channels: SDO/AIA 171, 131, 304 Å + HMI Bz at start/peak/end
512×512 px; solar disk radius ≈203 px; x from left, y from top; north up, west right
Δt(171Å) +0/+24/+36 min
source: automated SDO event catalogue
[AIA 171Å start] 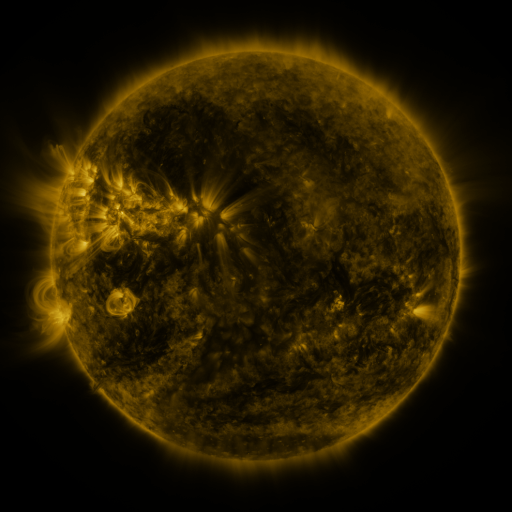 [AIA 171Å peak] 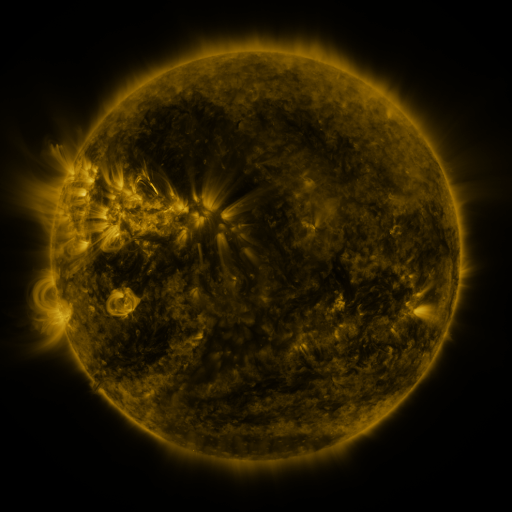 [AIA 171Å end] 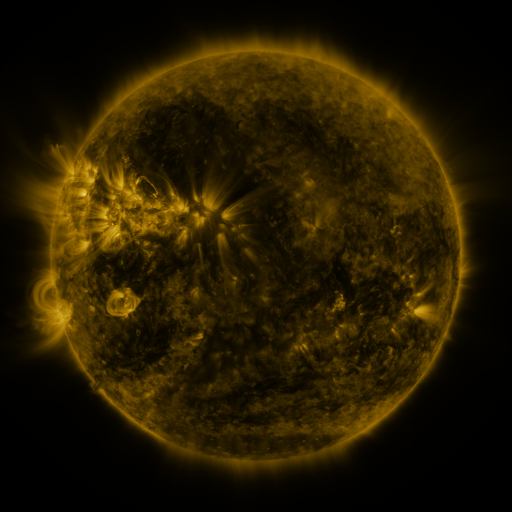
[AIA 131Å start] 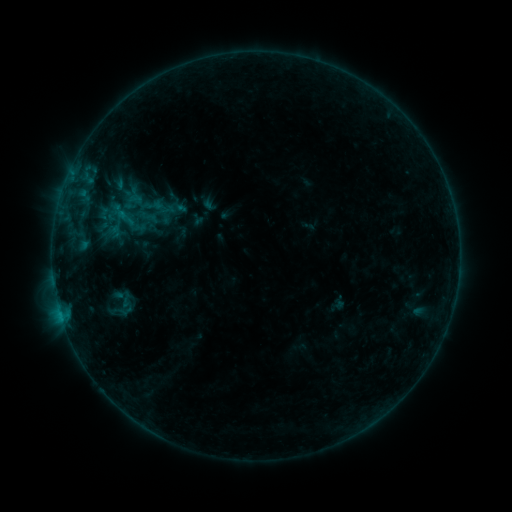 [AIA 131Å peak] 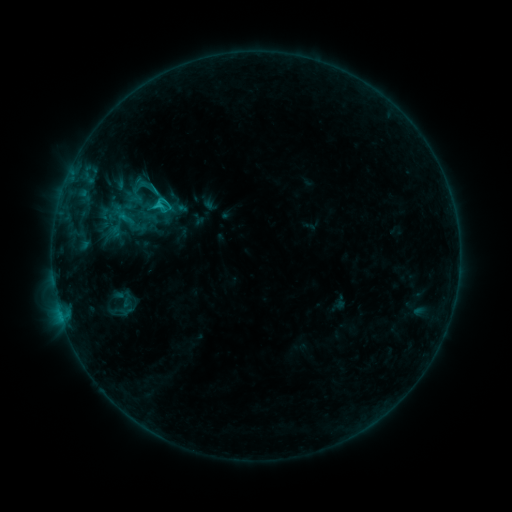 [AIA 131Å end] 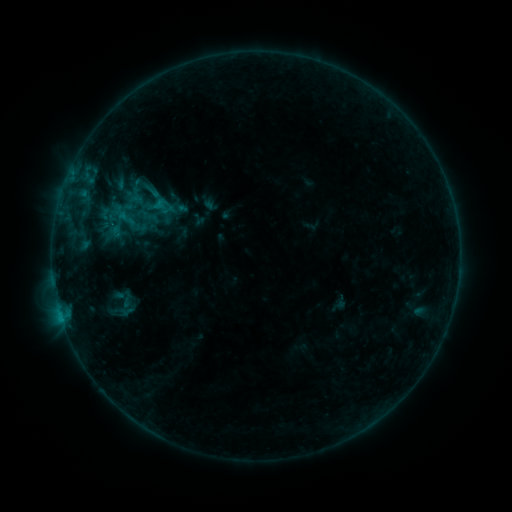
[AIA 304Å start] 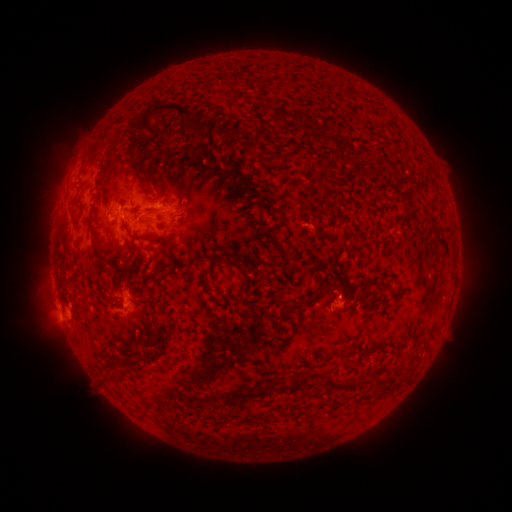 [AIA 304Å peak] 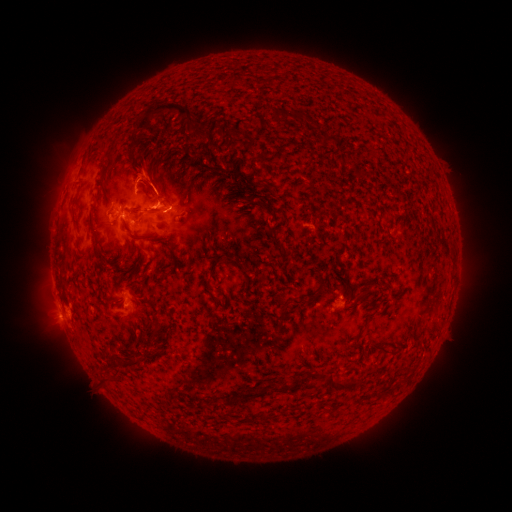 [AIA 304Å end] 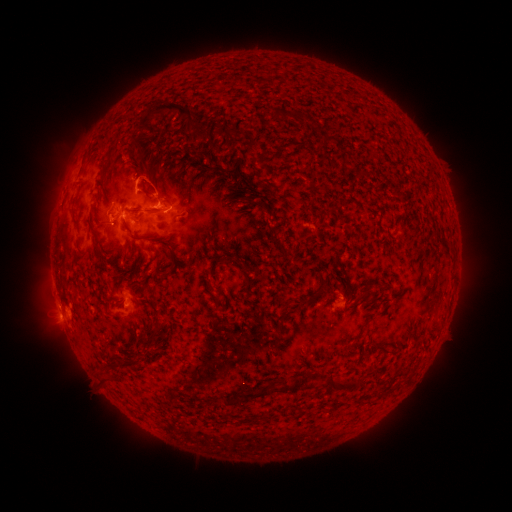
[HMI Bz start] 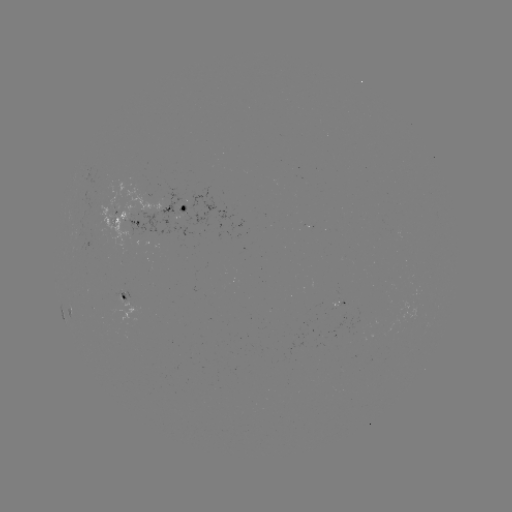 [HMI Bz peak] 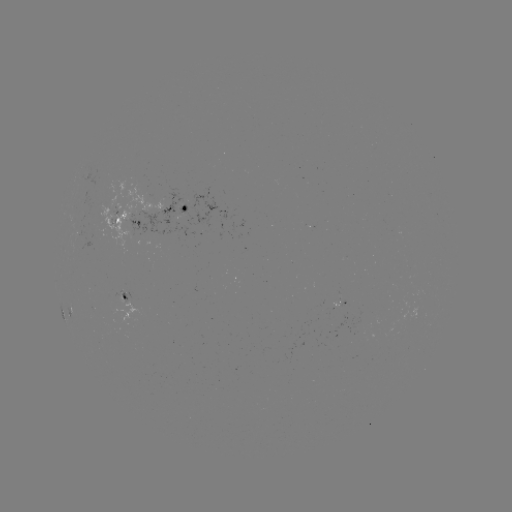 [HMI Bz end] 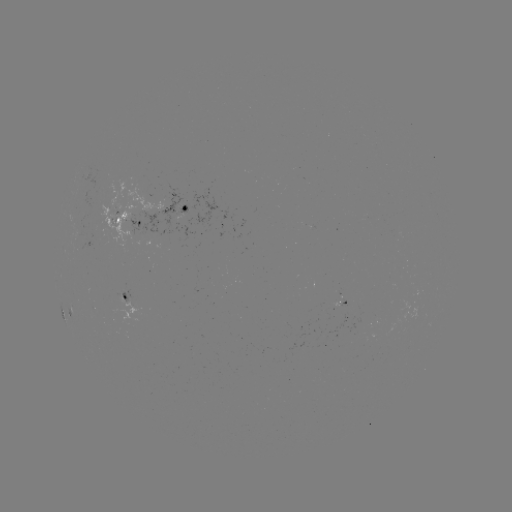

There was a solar flare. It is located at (158, 205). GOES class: C1.4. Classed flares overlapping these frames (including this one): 1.